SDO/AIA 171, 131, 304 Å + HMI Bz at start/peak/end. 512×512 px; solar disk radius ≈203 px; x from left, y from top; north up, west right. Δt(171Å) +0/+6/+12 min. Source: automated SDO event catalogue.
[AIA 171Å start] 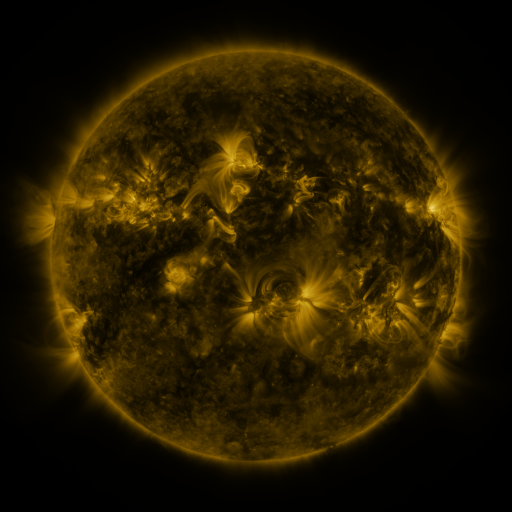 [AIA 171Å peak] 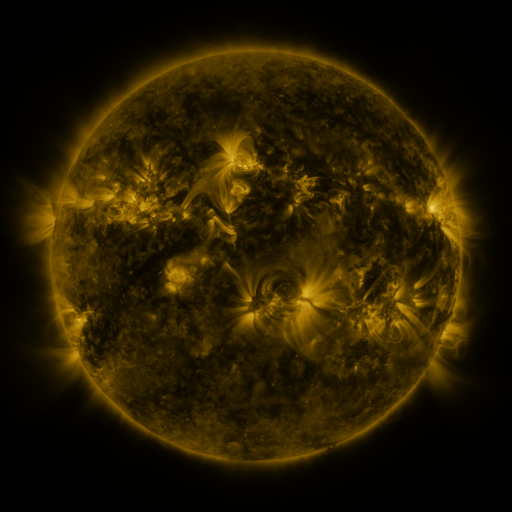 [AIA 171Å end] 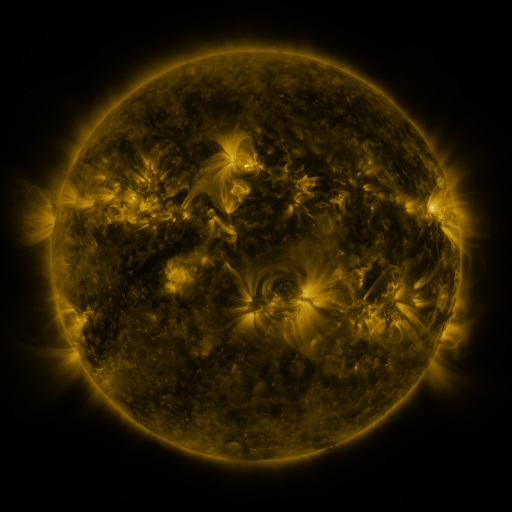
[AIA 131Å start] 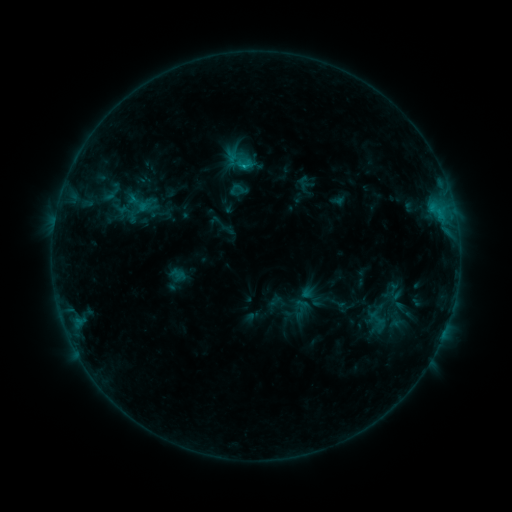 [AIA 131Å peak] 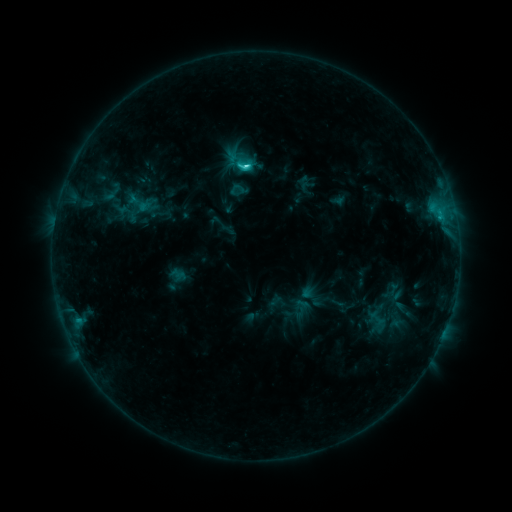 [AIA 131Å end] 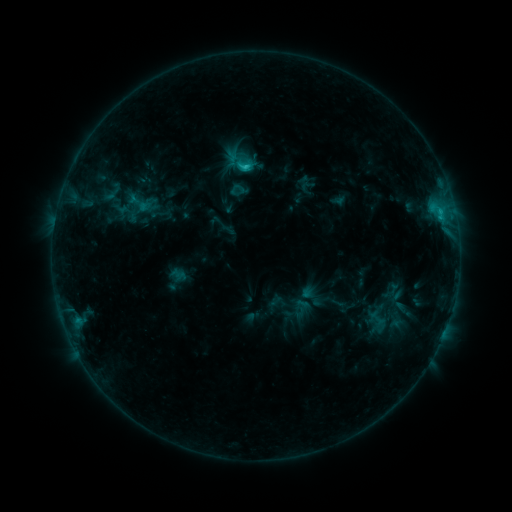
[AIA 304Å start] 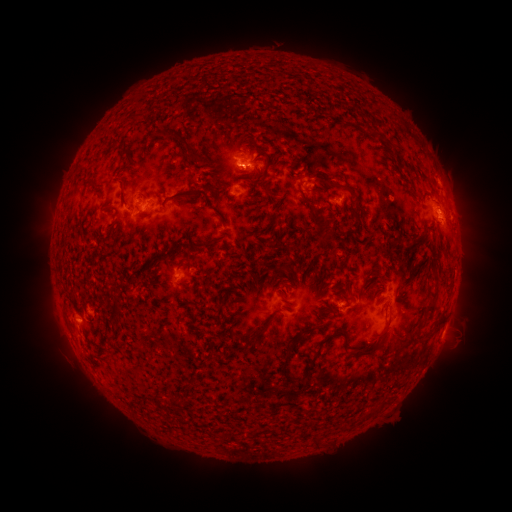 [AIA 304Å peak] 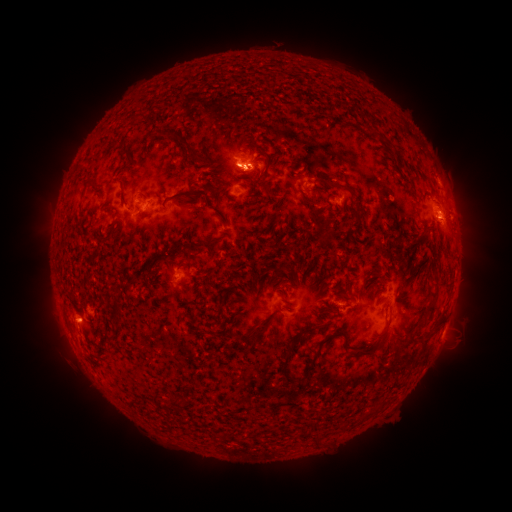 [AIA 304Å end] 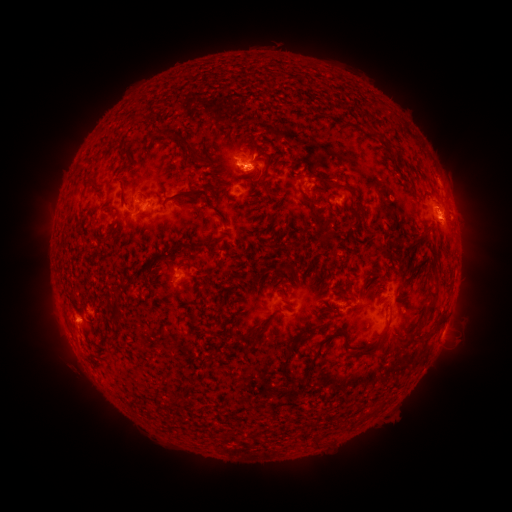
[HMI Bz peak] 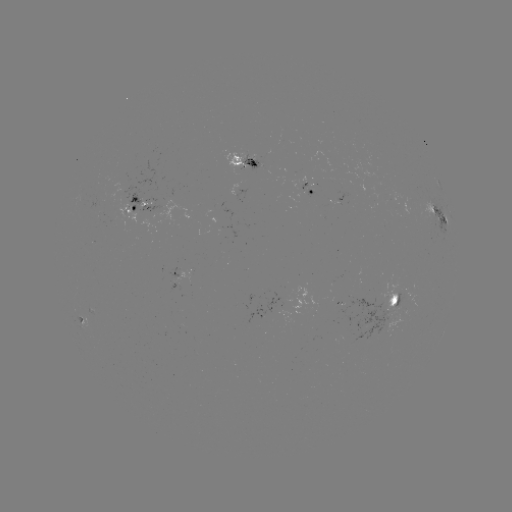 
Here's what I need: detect C2.2 flare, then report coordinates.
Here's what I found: C2.2 flare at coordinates [249, 169].